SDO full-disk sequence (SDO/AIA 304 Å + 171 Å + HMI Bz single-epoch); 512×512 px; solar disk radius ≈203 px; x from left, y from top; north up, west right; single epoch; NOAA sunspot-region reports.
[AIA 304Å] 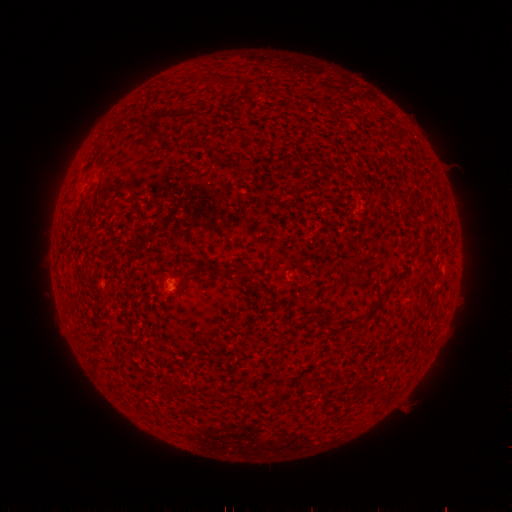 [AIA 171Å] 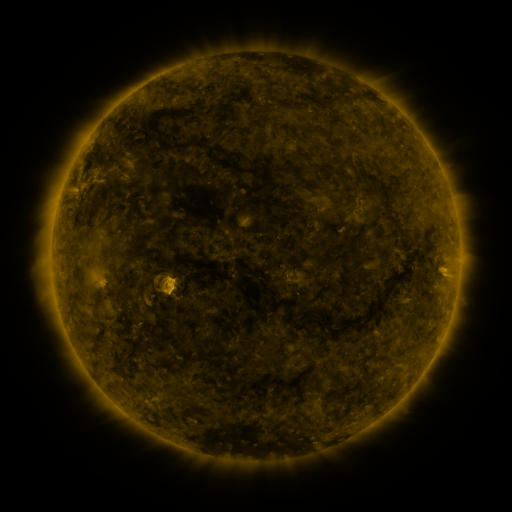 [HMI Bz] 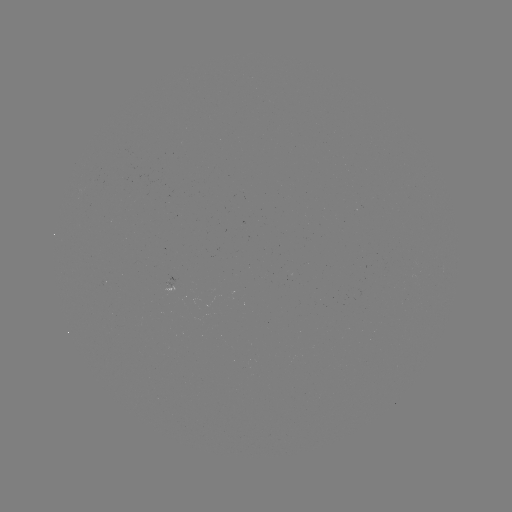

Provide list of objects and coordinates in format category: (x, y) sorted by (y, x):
spotted active region: (171, 280)
